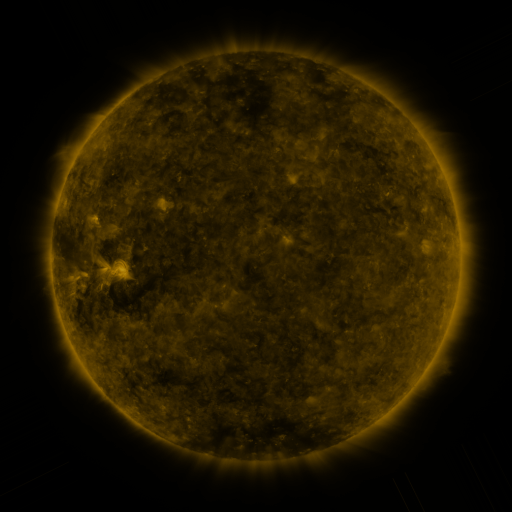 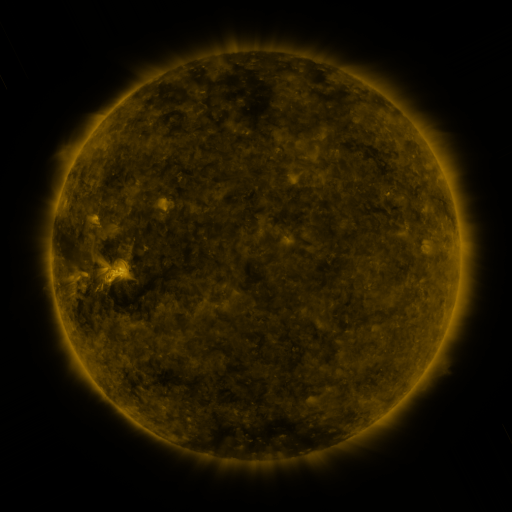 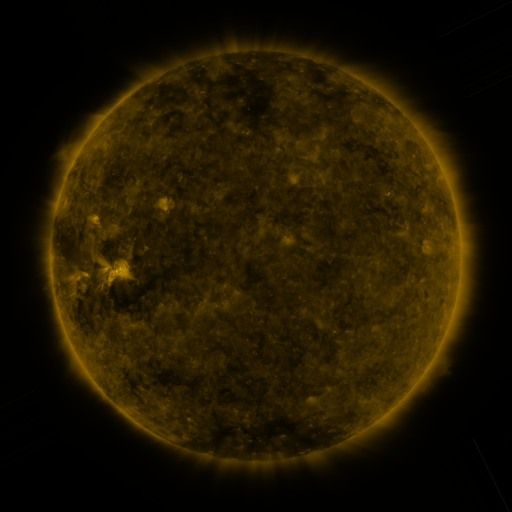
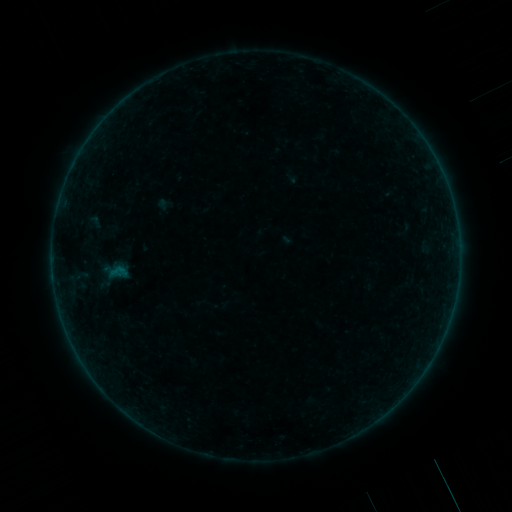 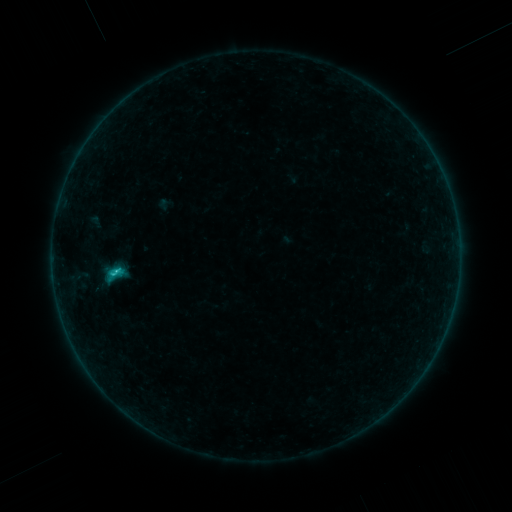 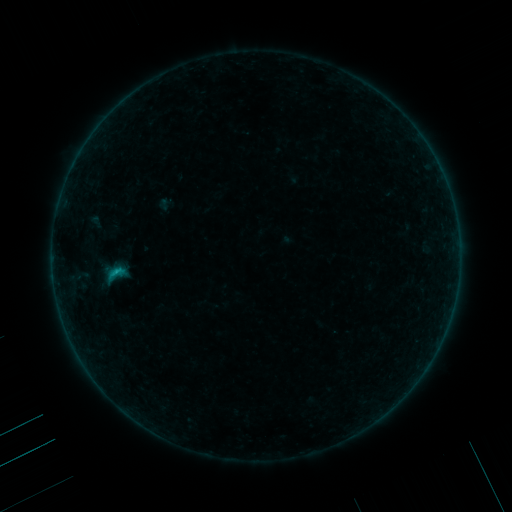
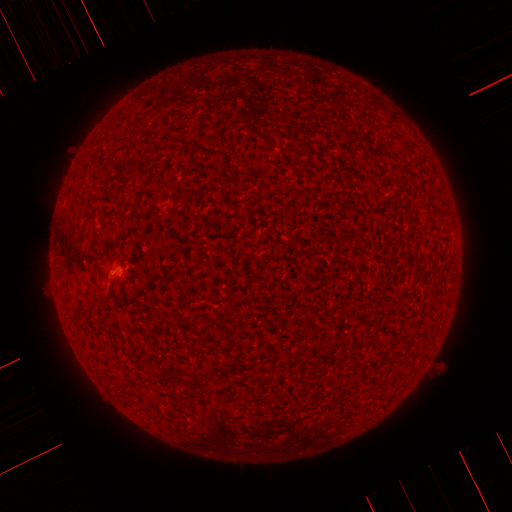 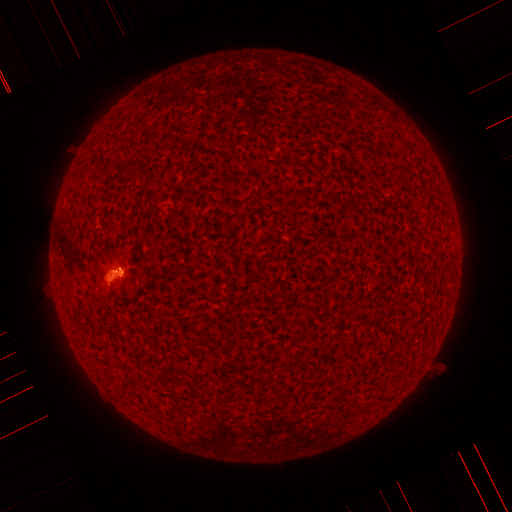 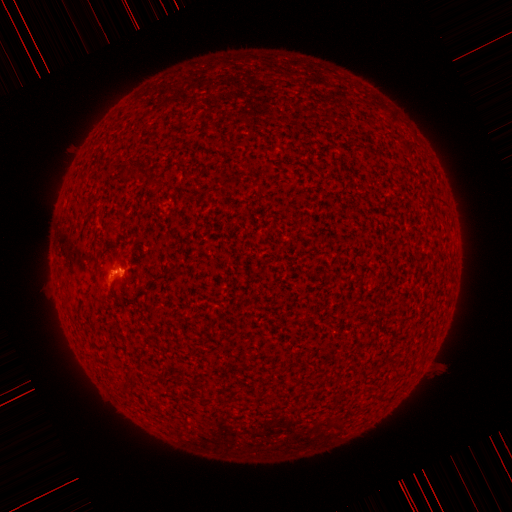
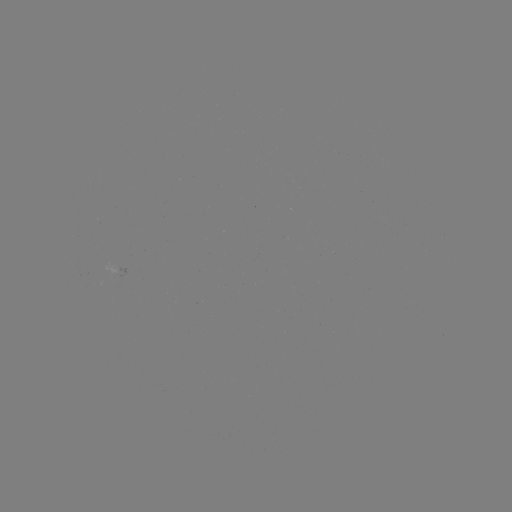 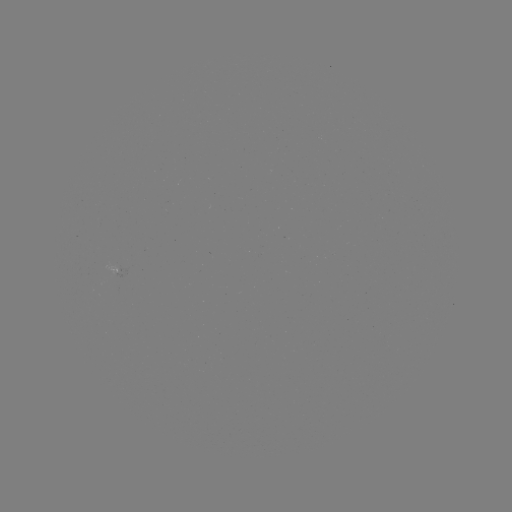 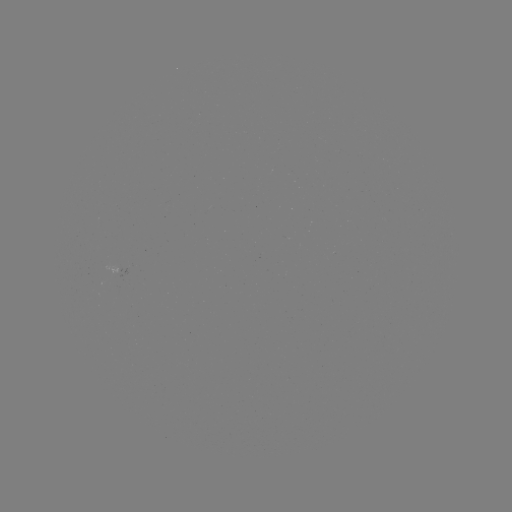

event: flare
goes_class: B9.0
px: (118, 270)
